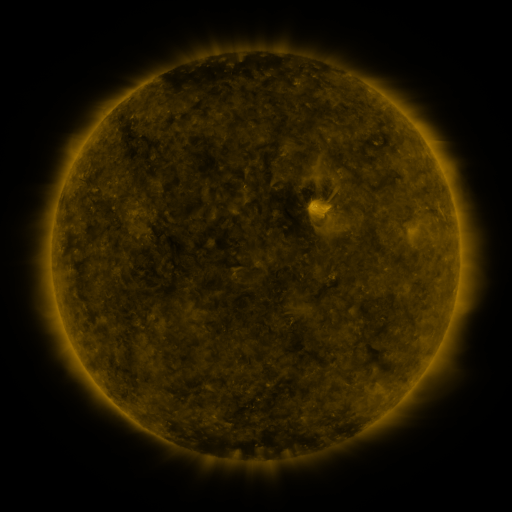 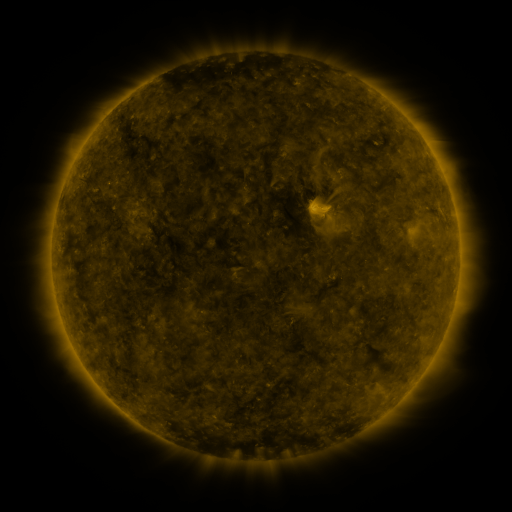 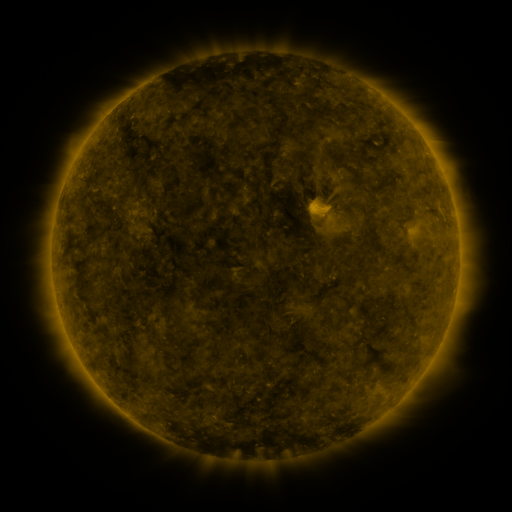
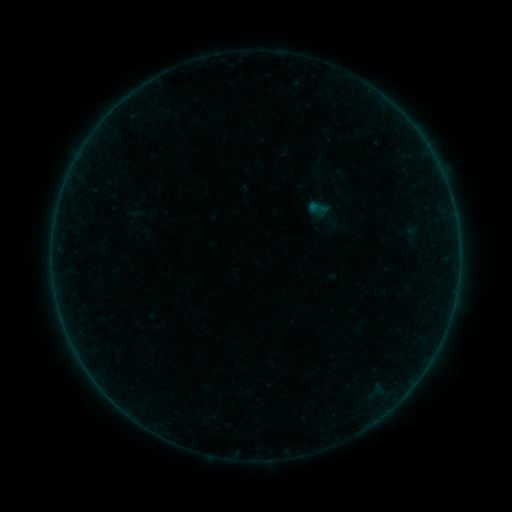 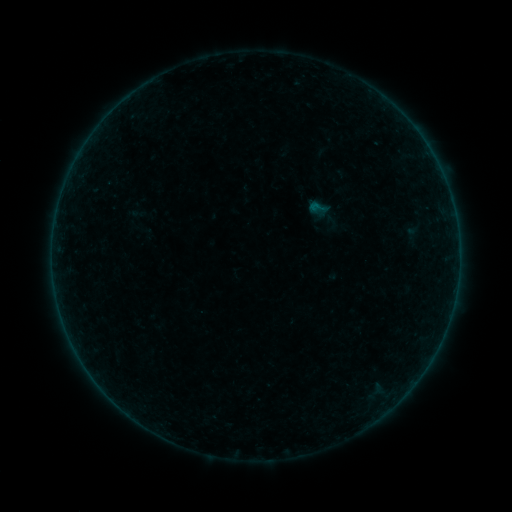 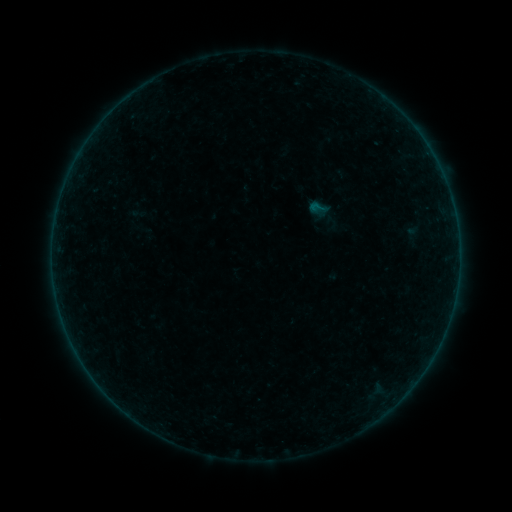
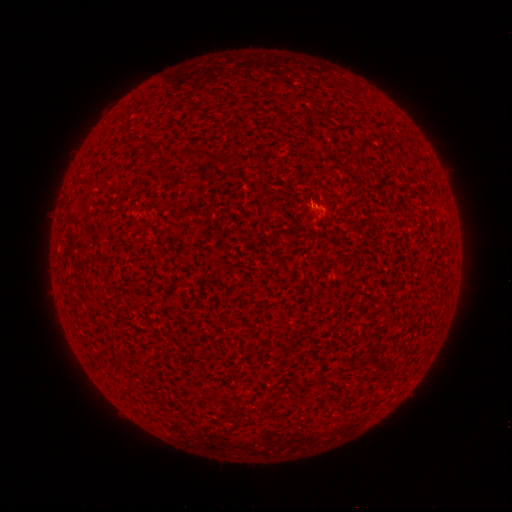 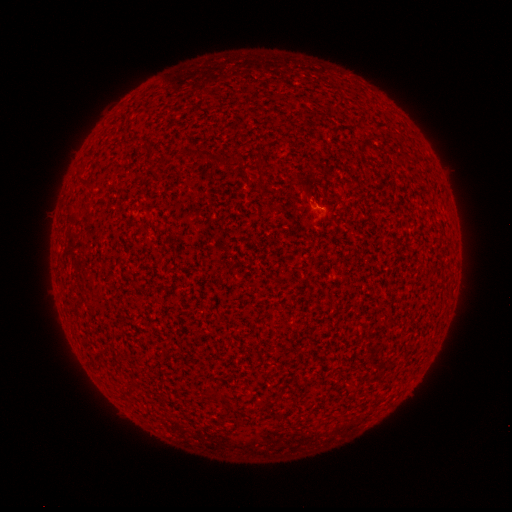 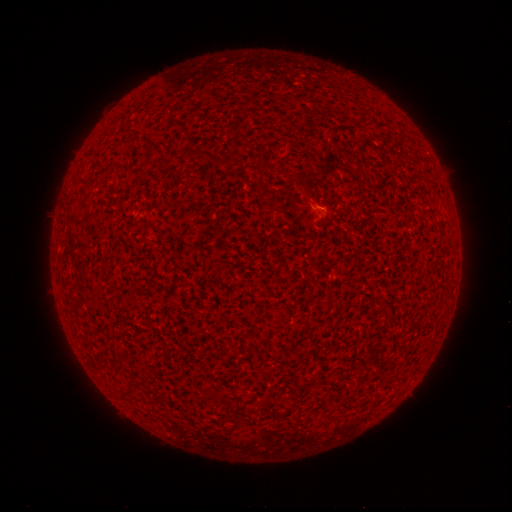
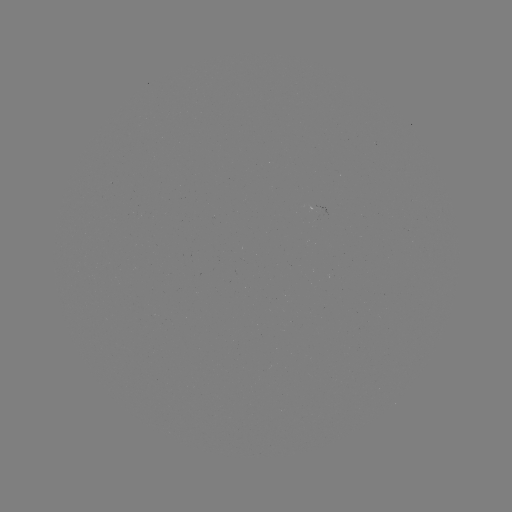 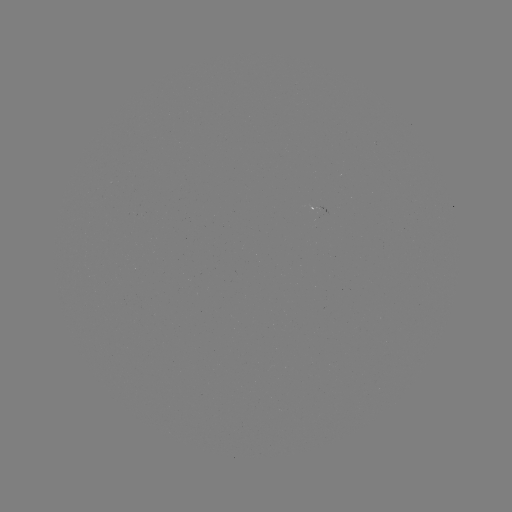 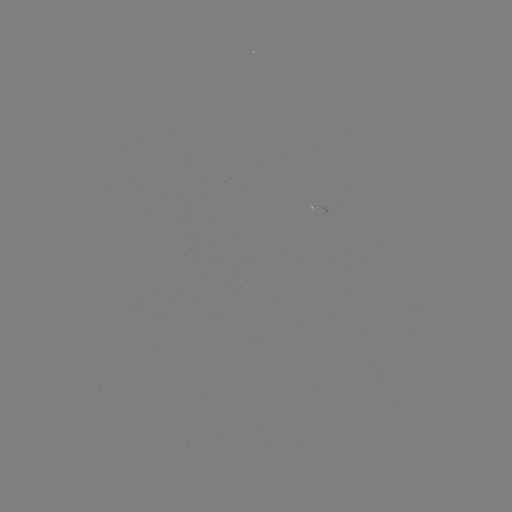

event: flare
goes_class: A6.4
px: (317, 208)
